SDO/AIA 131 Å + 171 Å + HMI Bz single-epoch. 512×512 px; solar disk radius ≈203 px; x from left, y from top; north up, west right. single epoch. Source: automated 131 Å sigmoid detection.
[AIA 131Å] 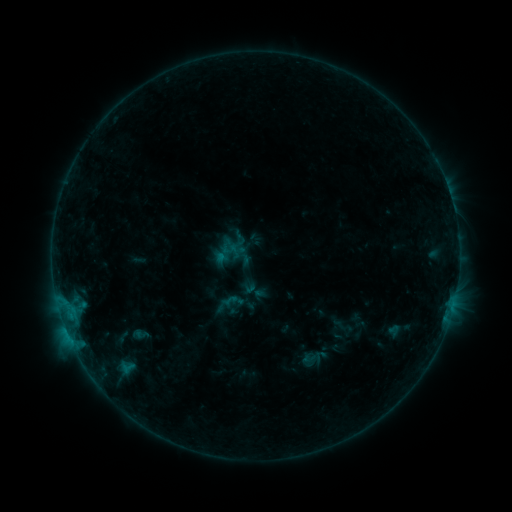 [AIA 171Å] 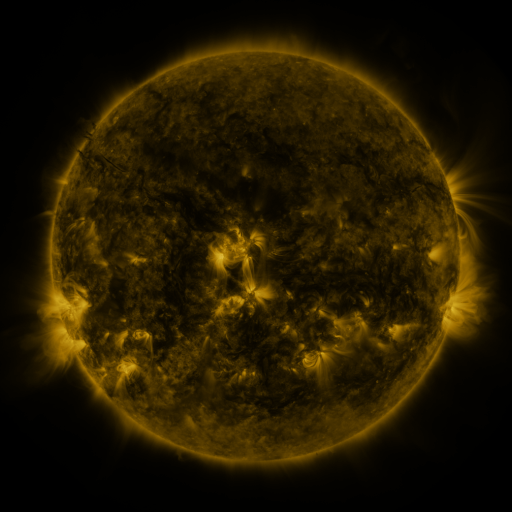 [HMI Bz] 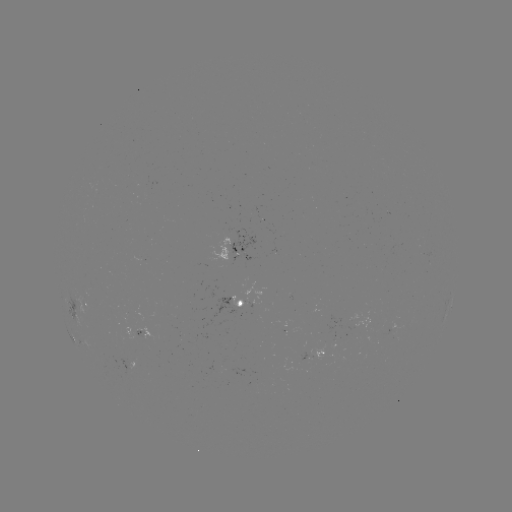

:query sigmoid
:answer (314, 357)